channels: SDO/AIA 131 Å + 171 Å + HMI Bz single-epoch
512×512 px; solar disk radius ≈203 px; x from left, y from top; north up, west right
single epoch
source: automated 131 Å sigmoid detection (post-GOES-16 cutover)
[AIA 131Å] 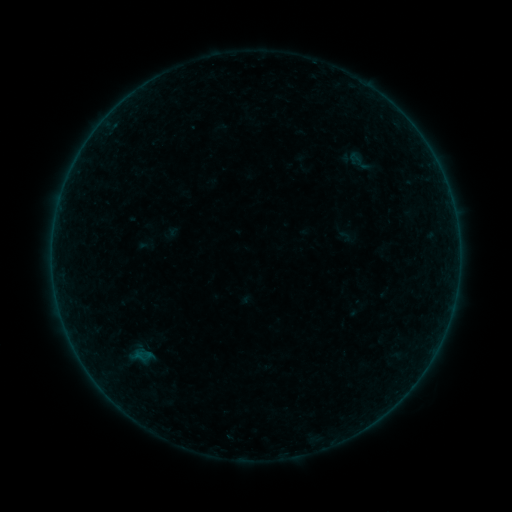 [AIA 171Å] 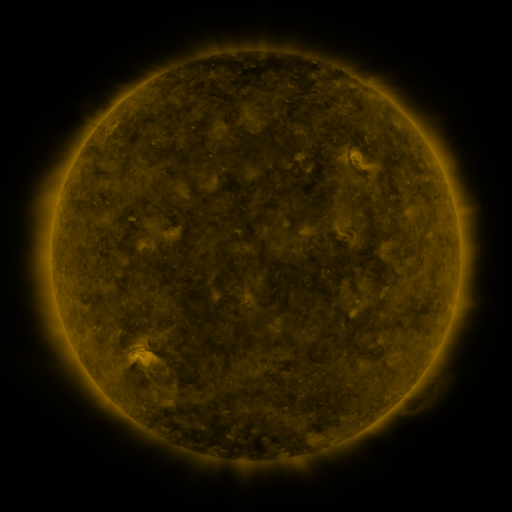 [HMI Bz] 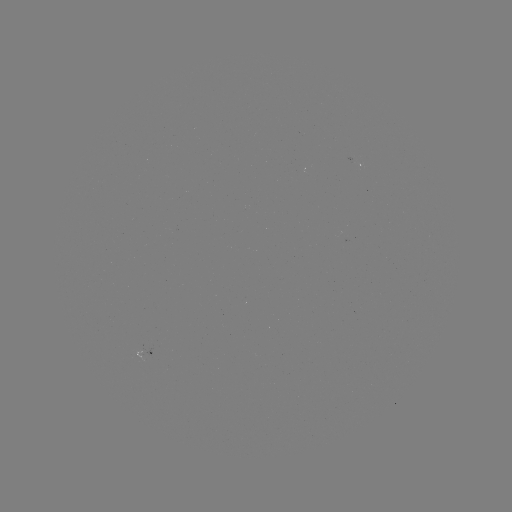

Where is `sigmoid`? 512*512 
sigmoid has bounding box [339, 148, 379, 175].